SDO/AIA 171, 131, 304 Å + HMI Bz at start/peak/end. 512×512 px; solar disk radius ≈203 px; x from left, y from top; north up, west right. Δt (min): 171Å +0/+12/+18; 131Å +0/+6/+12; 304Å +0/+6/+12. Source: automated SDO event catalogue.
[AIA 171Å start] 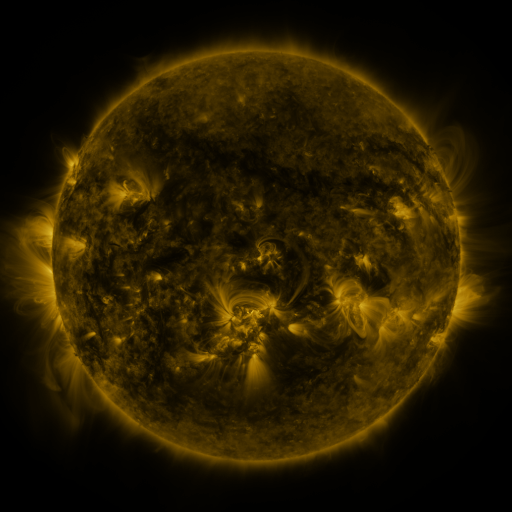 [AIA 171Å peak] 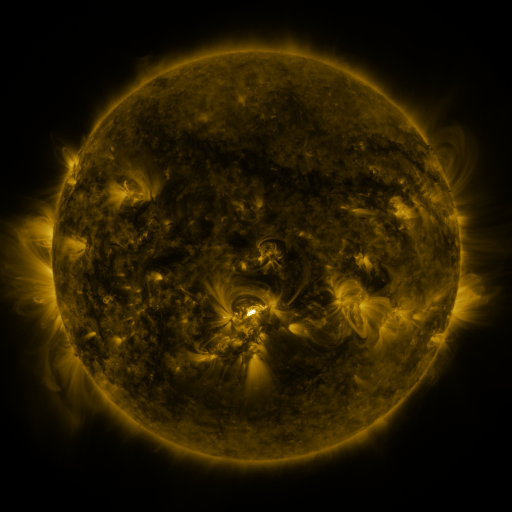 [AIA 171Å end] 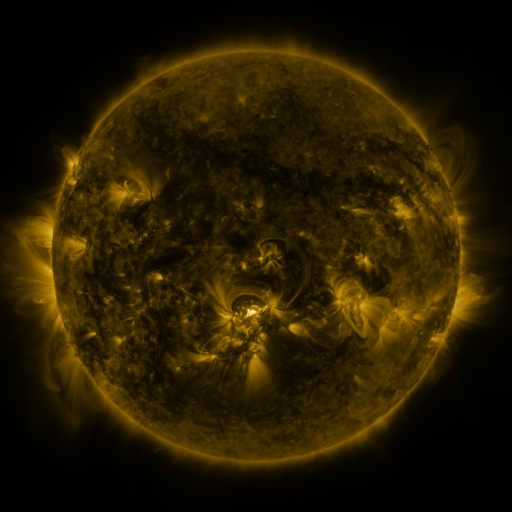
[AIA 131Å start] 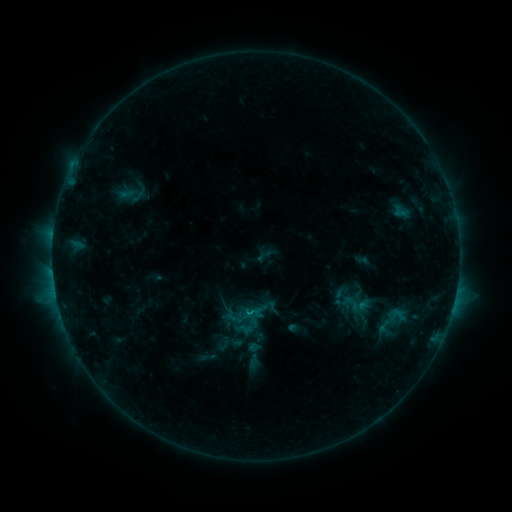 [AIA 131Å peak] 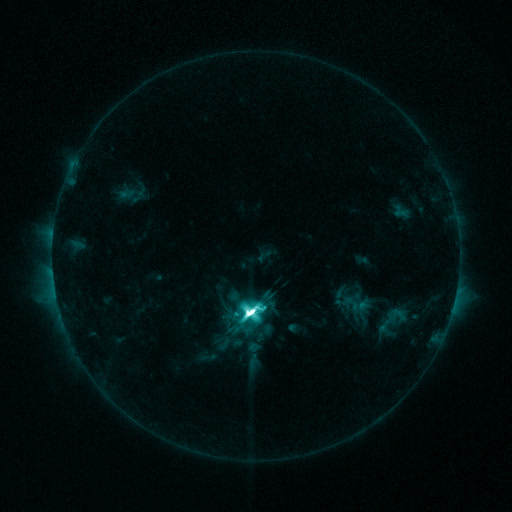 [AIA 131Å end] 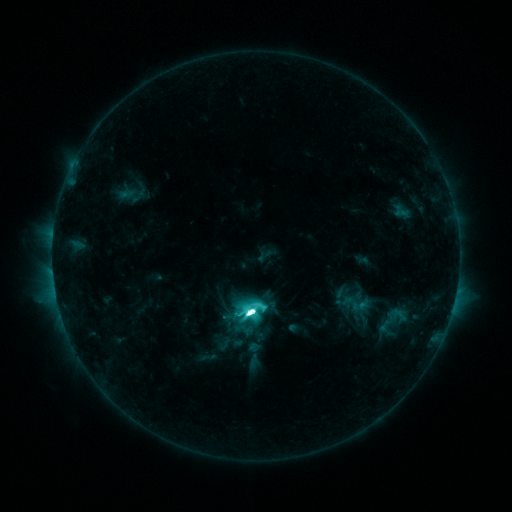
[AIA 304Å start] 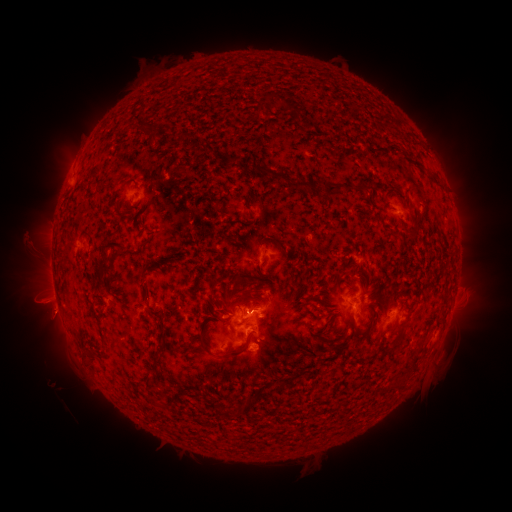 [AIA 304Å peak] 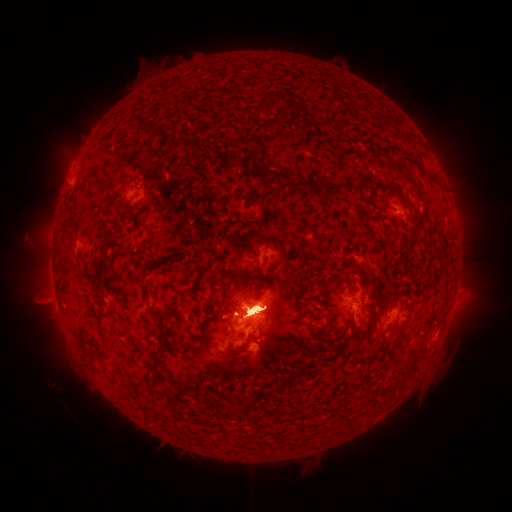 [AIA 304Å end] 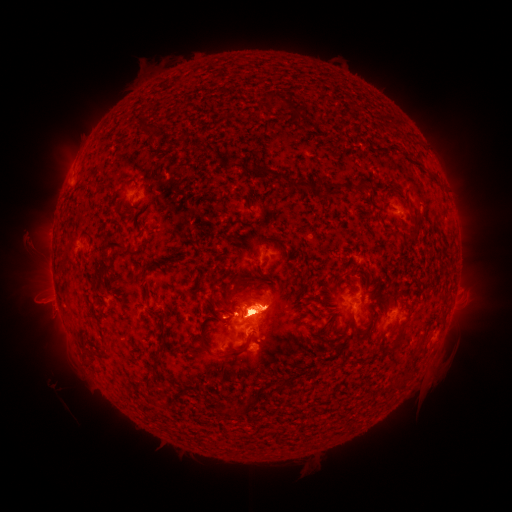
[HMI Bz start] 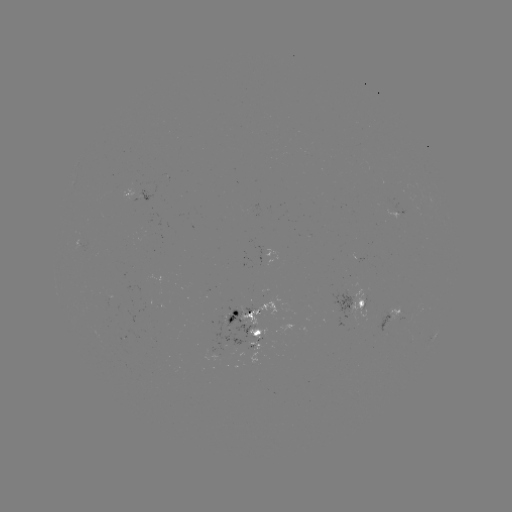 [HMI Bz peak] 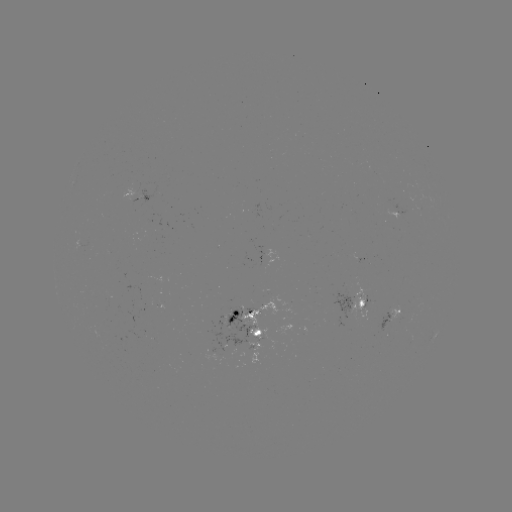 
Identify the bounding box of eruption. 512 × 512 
[39, 95, 127, 197].